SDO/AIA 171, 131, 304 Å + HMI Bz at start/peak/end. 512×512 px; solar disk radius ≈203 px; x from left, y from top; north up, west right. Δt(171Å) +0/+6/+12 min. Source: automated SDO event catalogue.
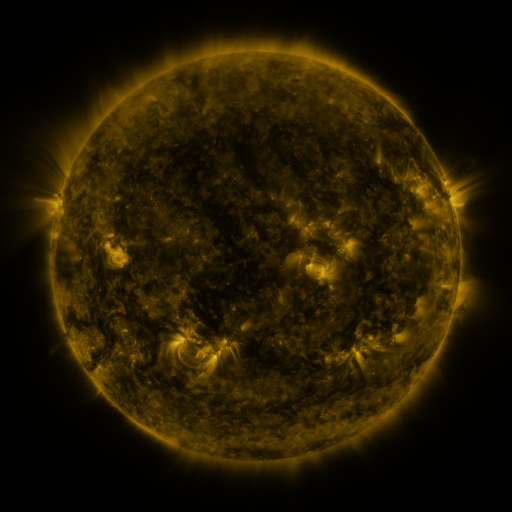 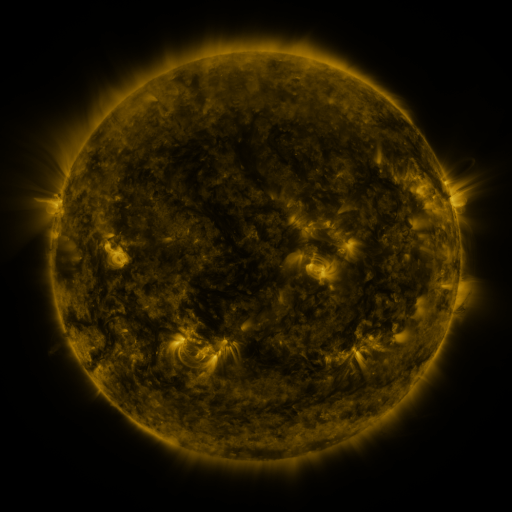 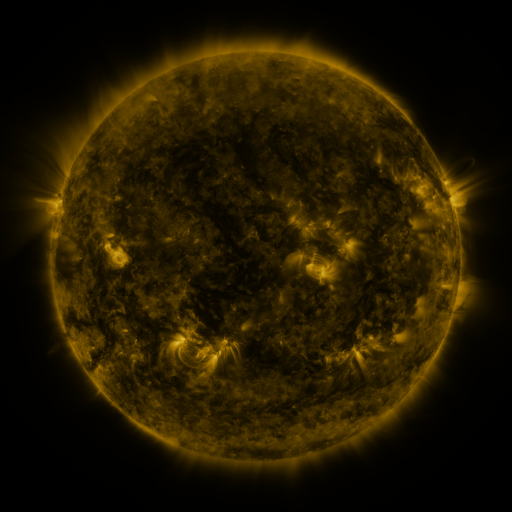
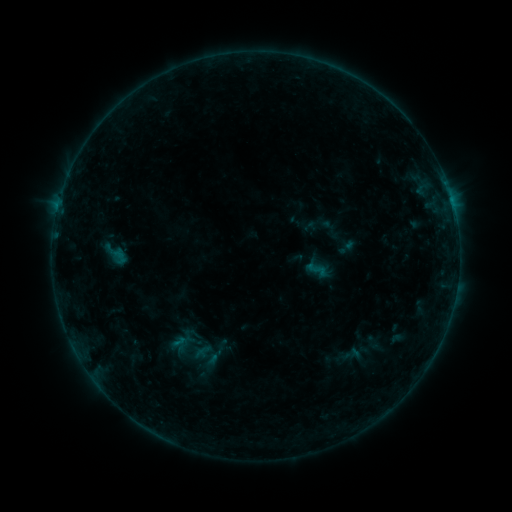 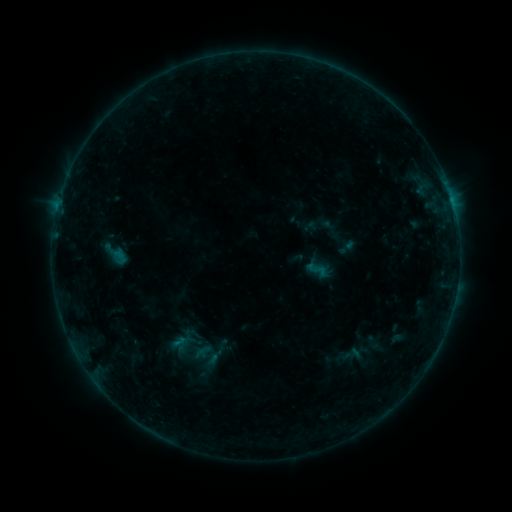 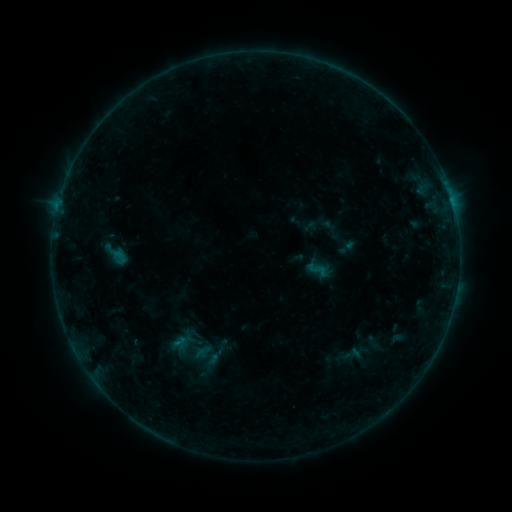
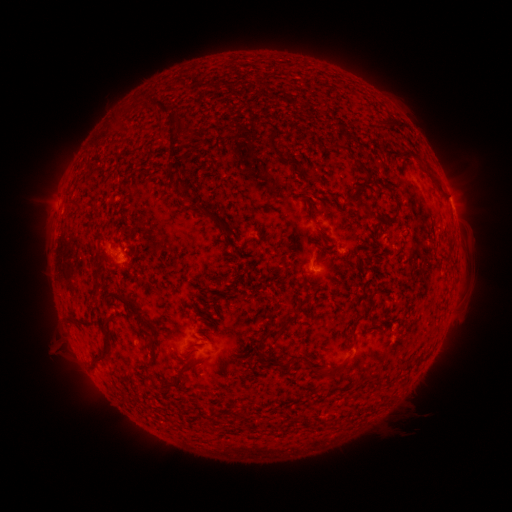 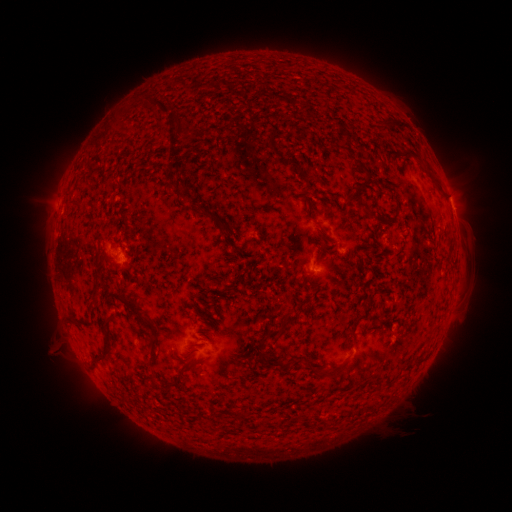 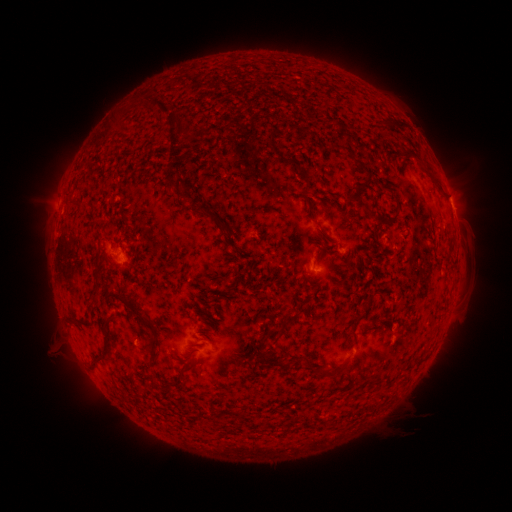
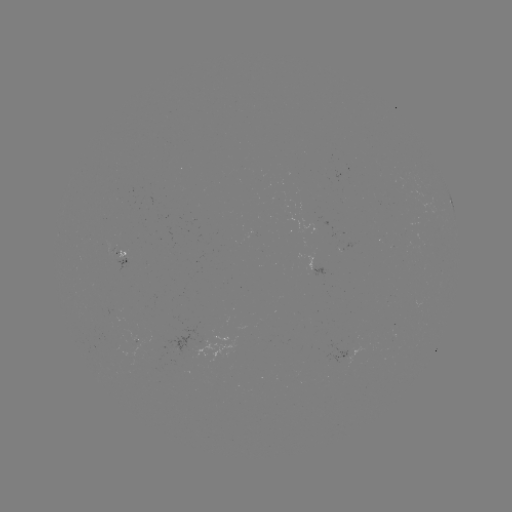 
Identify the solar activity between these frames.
no classed flare was catalogued and no EUV brightening was flagged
